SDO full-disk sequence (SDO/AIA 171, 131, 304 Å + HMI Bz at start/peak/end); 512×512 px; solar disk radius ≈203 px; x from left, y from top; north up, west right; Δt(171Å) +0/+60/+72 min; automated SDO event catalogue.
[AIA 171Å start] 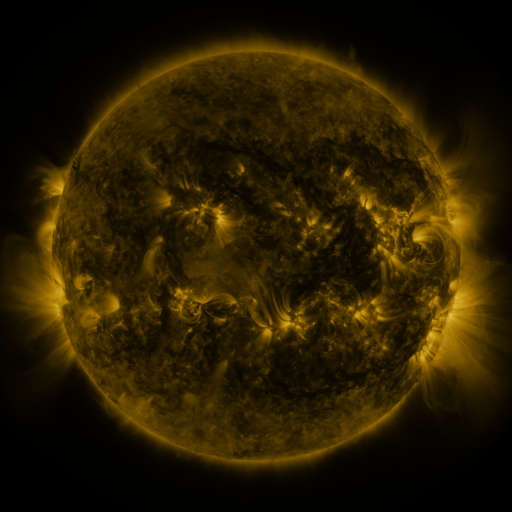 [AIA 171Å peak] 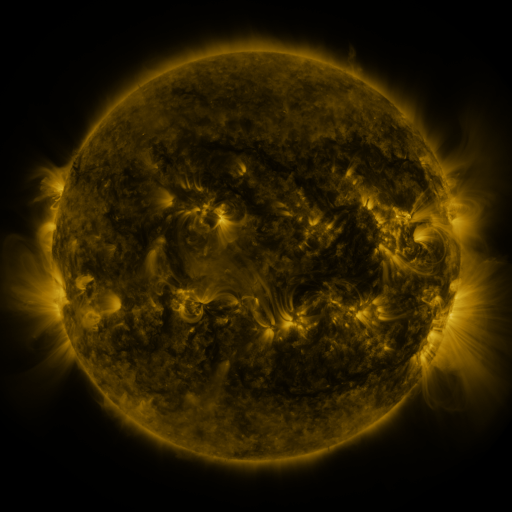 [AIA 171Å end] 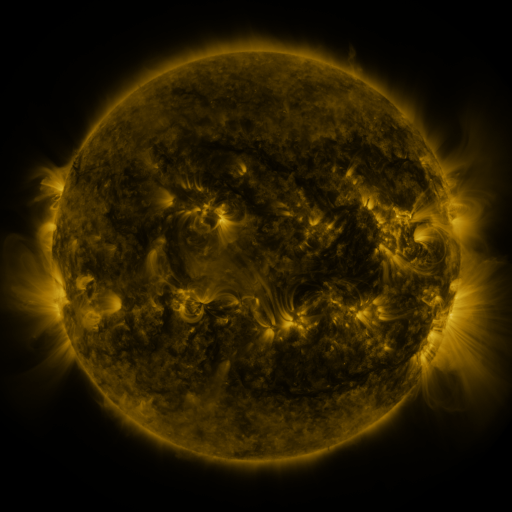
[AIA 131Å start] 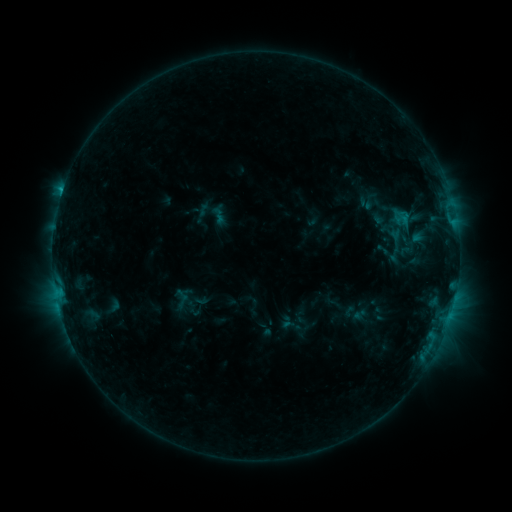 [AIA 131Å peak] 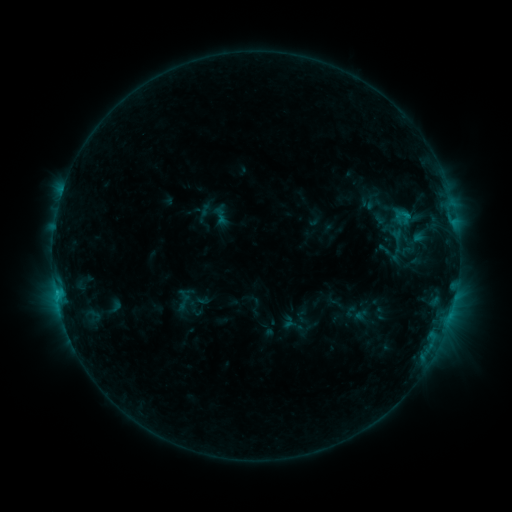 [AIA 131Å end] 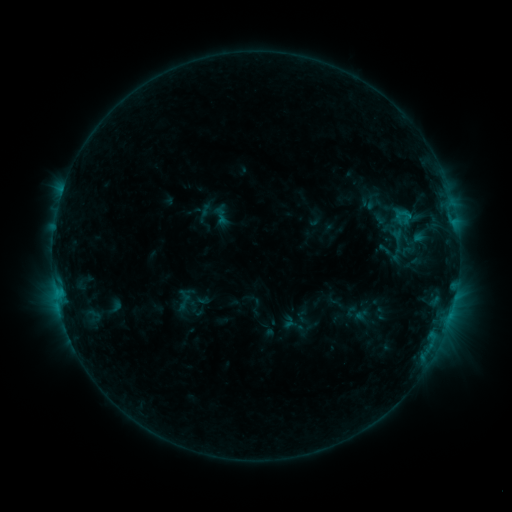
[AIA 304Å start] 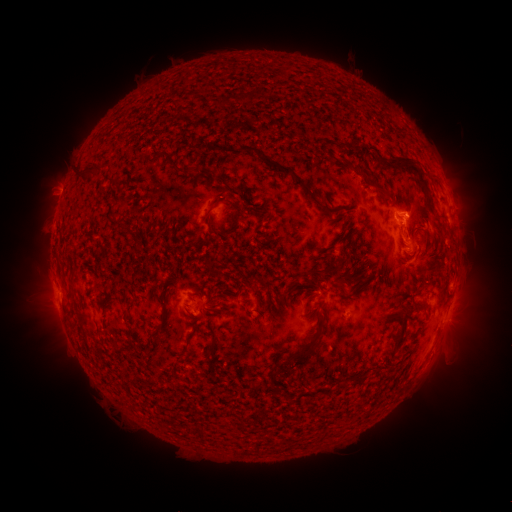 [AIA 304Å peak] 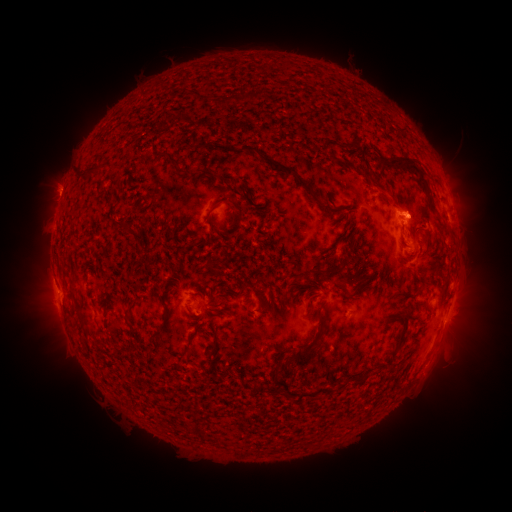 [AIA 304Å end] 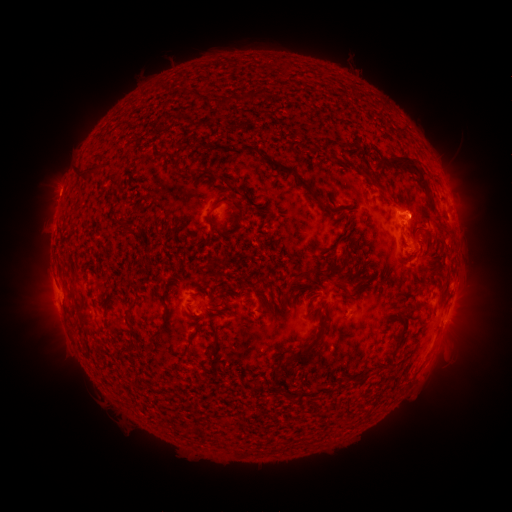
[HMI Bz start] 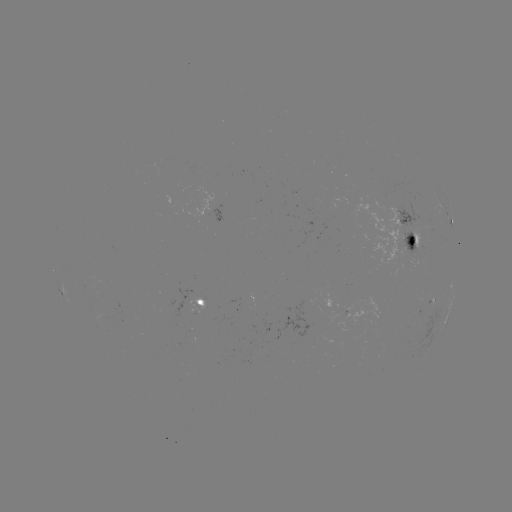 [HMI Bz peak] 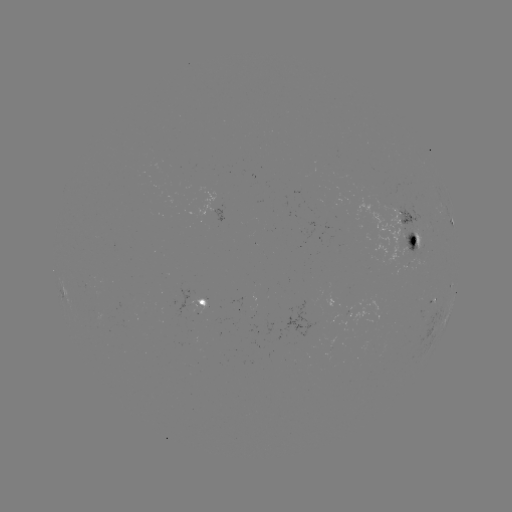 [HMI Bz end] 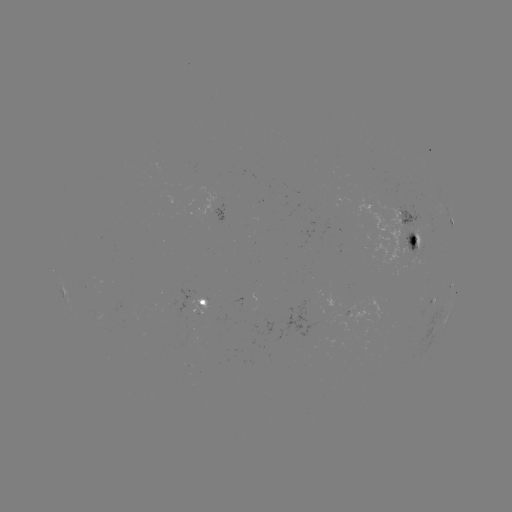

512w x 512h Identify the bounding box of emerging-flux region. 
[238, 307, 255, 311].